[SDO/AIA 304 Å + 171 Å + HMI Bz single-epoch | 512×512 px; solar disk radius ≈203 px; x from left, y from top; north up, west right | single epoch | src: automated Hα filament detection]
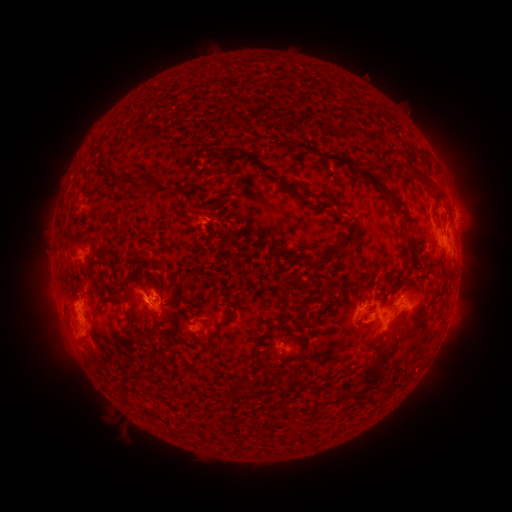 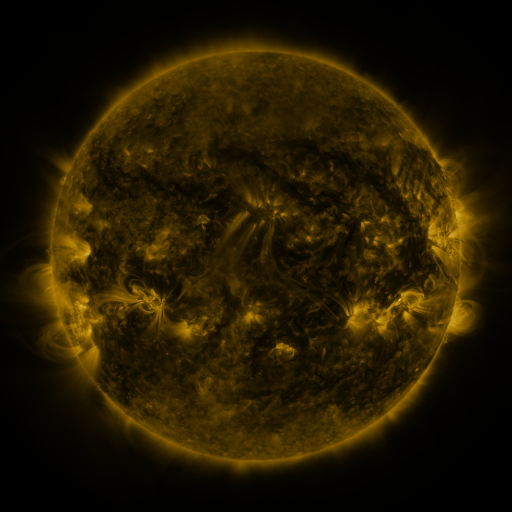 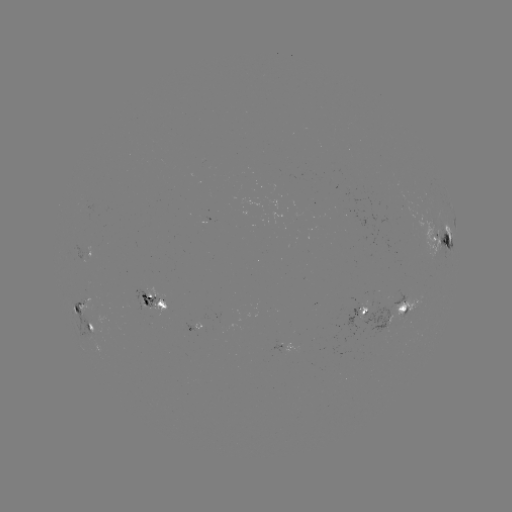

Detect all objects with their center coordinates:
filament: <bbox>340, 157, 403, 212</bbox>
filament: <bbox>106, 169, 134, 187</bbox>
filament: <bbox>335, 233, 348, 246</bbox>
filament: <bbox>443, 233, 451, 246</bbox>
filament: <bbox>302, 256, 314, 269</bbox>
filament: <bbox>168, 297, 179, 305</bbox>
filament: <bbox>156, 301, 166, 309</bbox>
filament: <bbox>86, 321, 94, 331</bbox>
filament: <bbox>205, 321, 223, 349</bbox>
filament: <bbox>131, 327, 144, 336</bbox>
filament: <bbox>360, 355, 385, 386</bbox>
filament: <bbox>133, 368, 144, 379</bbox>
filament: <bbox>231, 383, 238, 394</bbox>
filament: <bbox>348, 389, 358, 400</bbox>
filament: <bbox>365, 392, 375, 406</bbox>
